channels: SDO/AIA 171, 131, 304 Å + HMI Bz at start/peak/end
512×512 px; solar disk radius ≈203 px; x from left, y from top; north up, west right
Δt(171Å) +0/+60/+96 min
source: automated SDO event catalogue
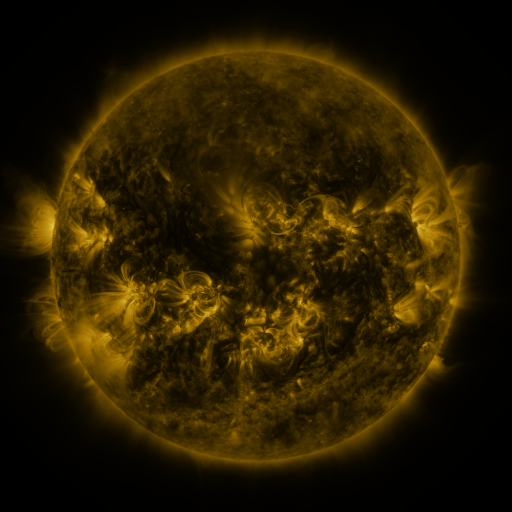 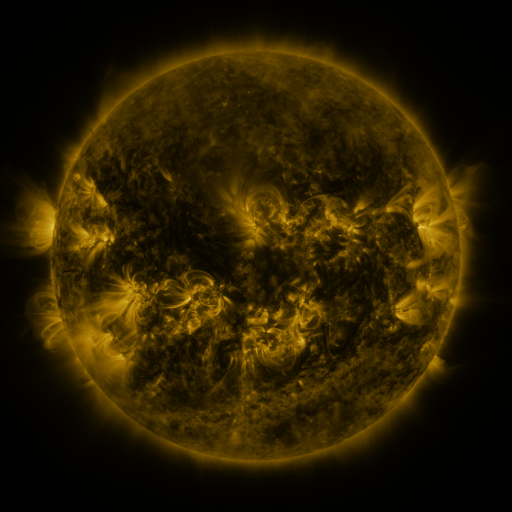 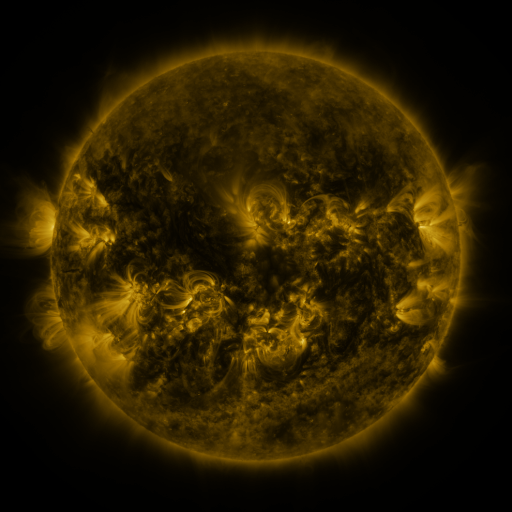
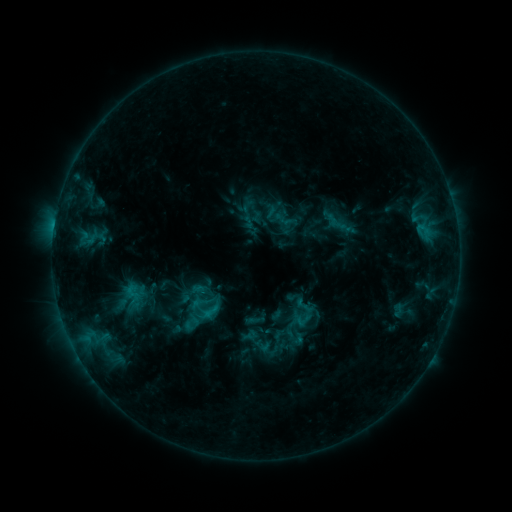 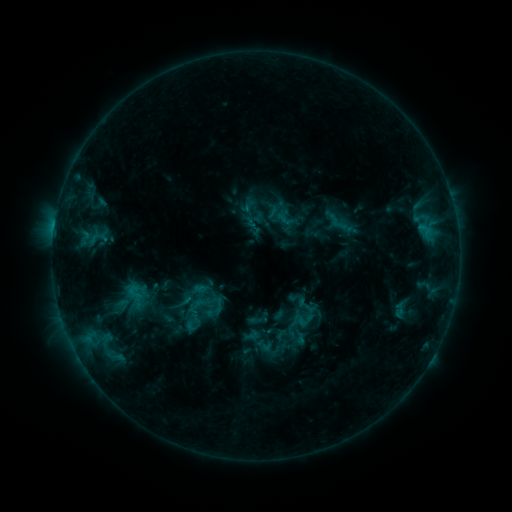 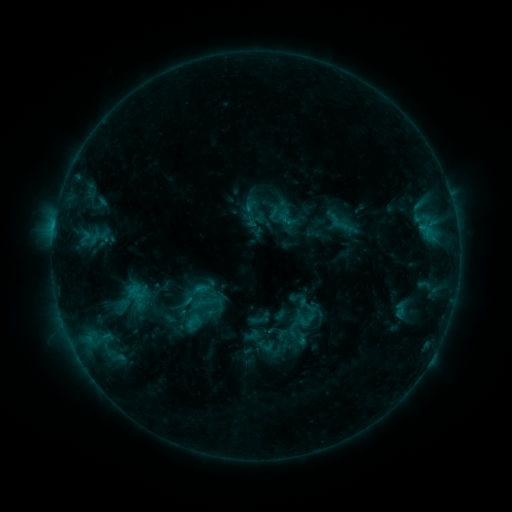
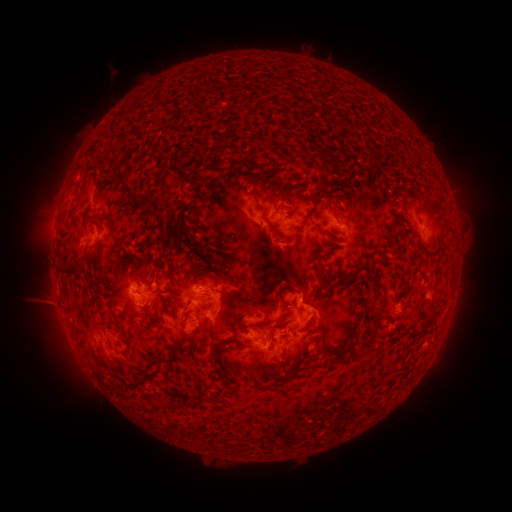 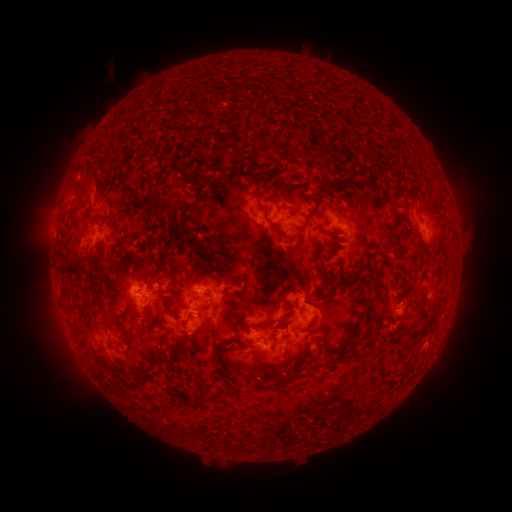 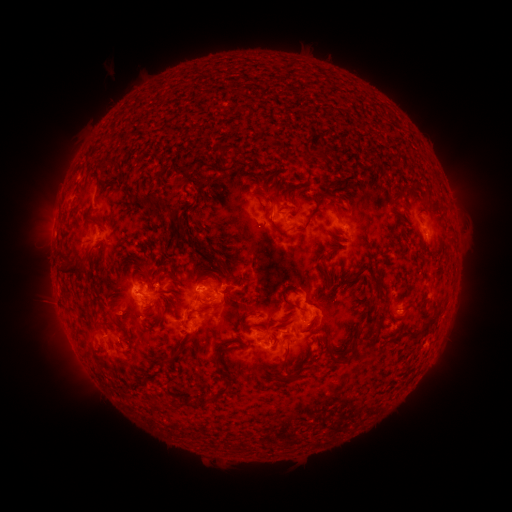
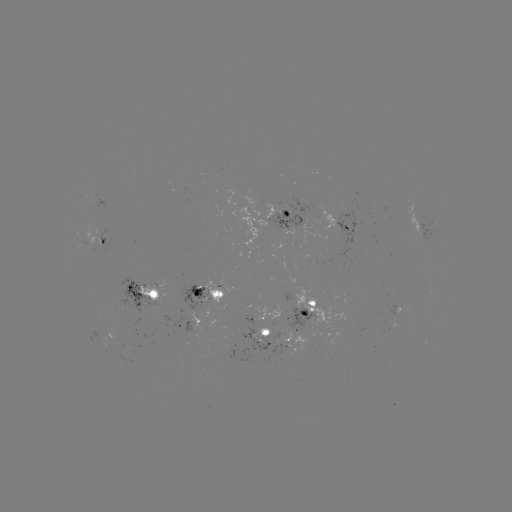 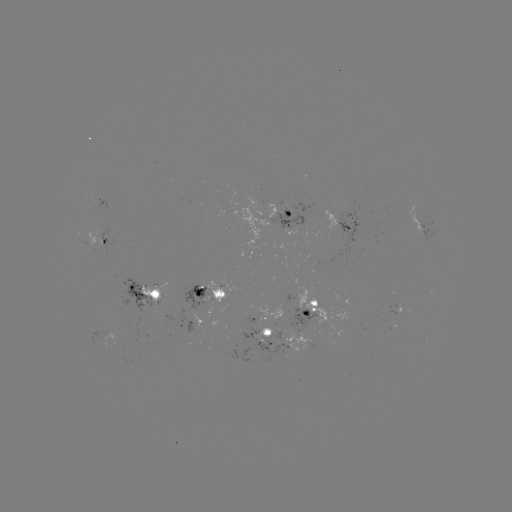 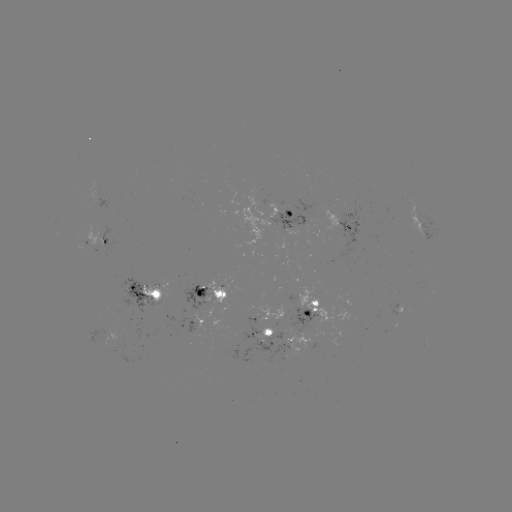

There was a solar emerging-flux region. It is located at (139, 297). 